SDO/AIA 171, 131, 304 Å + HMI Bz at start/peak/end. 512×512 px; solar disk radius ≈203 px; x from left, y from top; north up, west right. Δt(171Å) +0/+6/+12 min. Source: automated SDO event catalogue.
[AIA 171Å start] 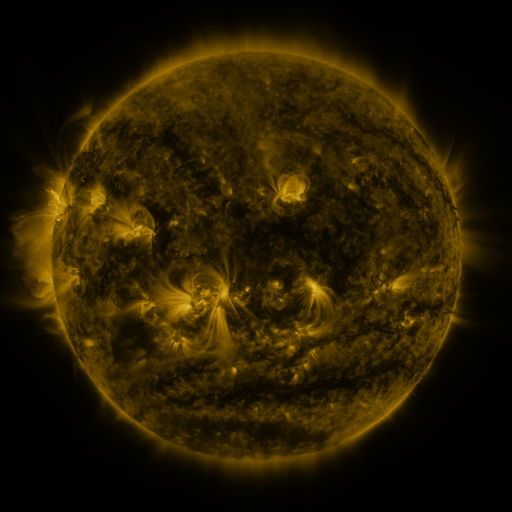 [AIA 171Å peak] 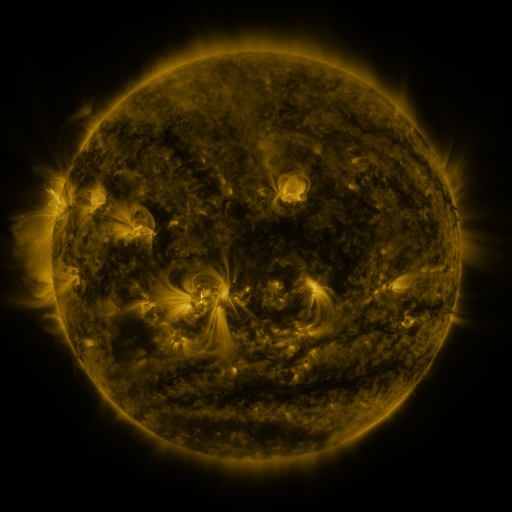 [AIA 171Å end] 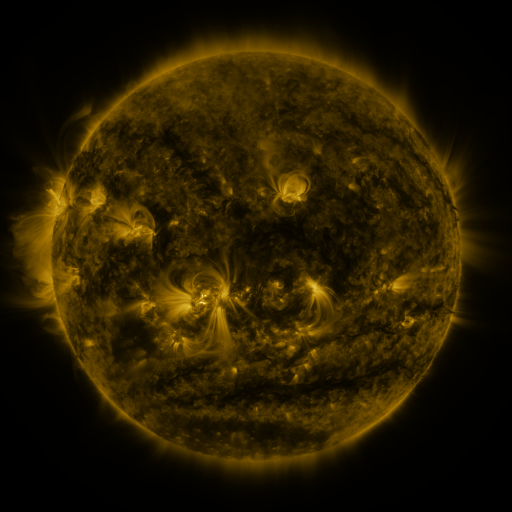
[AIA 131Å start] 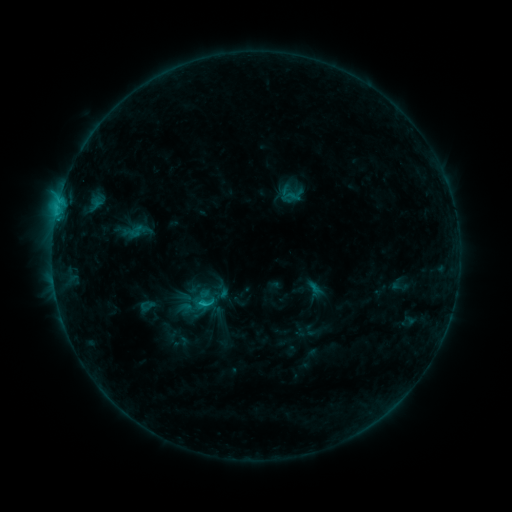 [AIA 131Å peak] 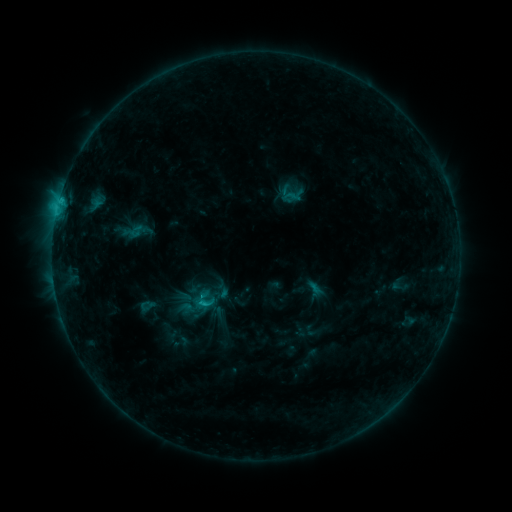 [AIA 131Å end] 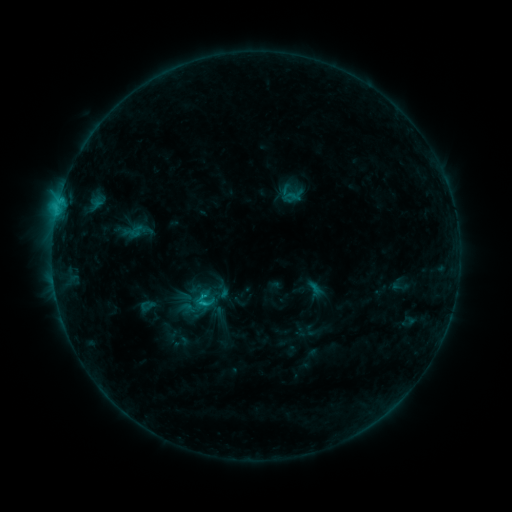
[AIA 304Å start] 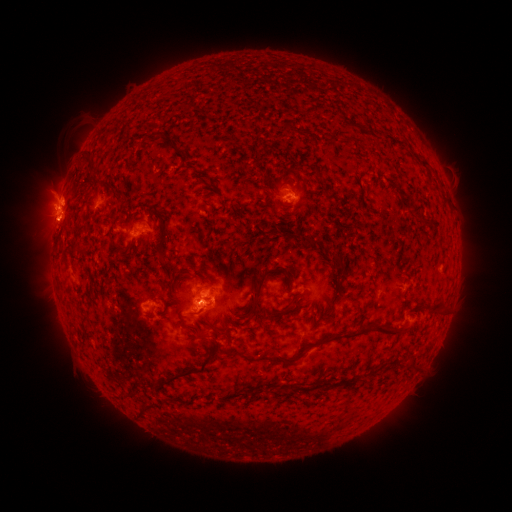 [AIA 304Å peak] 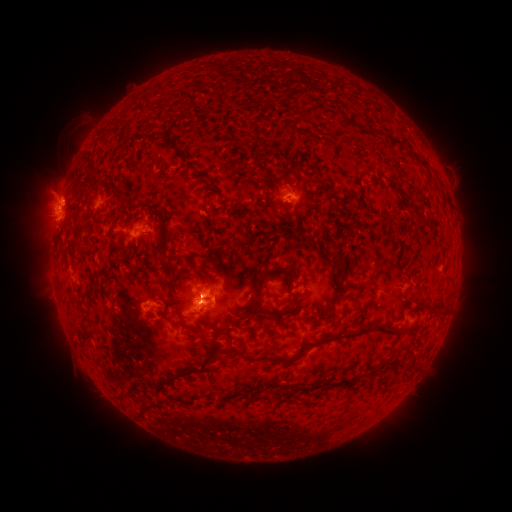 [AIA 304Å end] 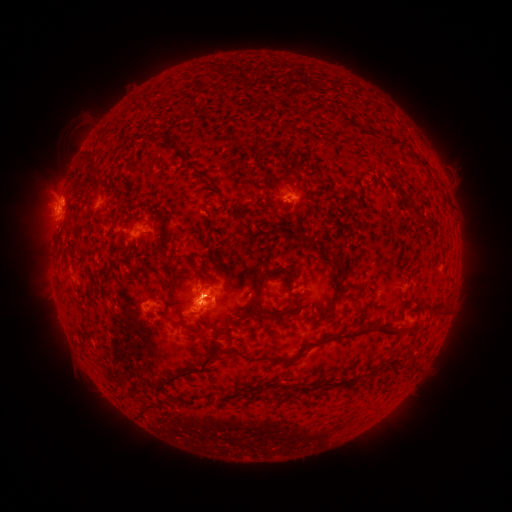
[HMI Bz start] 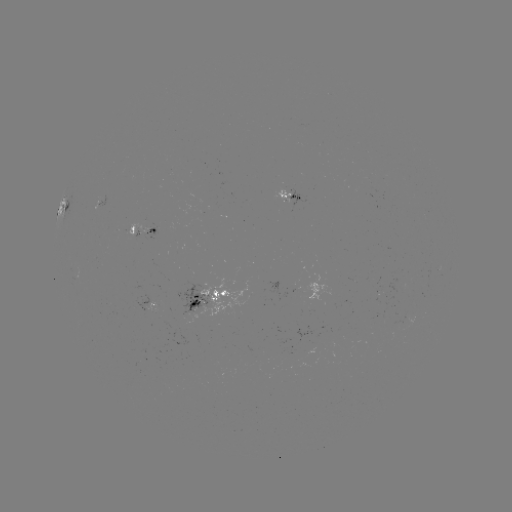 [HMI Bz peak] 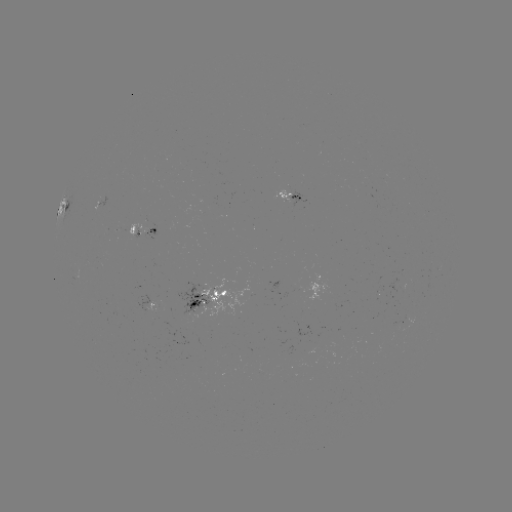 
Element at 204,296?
C1.9 flare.